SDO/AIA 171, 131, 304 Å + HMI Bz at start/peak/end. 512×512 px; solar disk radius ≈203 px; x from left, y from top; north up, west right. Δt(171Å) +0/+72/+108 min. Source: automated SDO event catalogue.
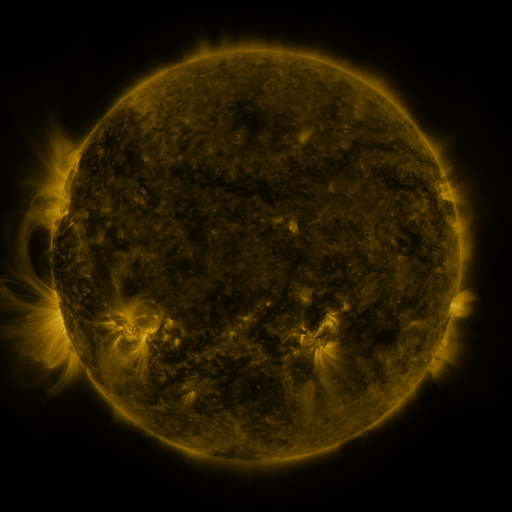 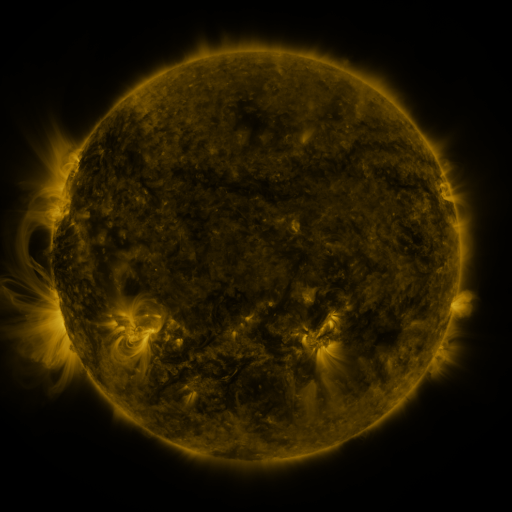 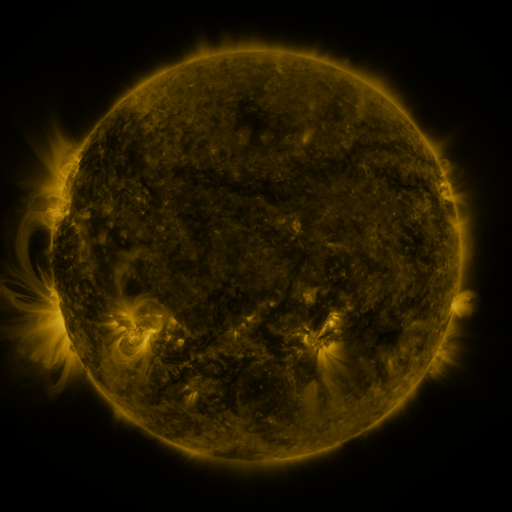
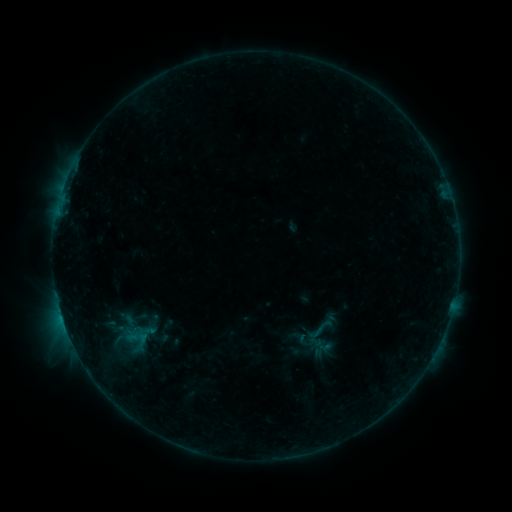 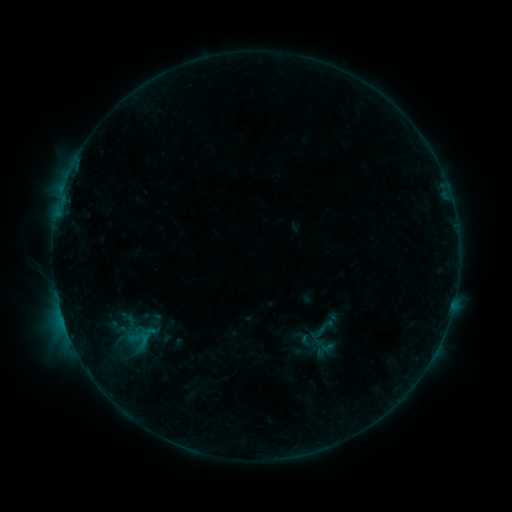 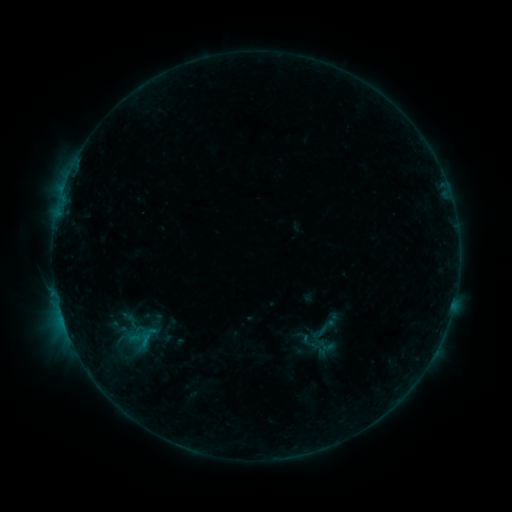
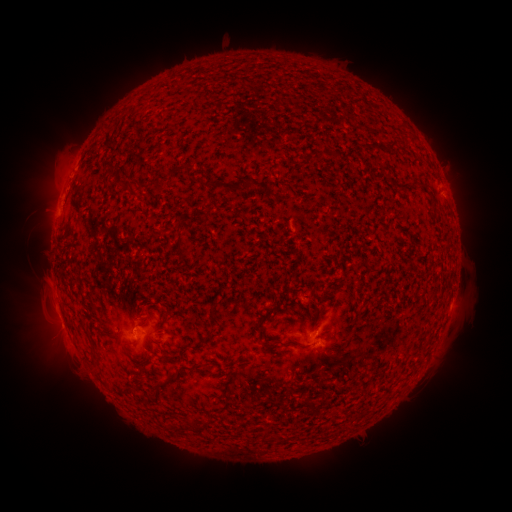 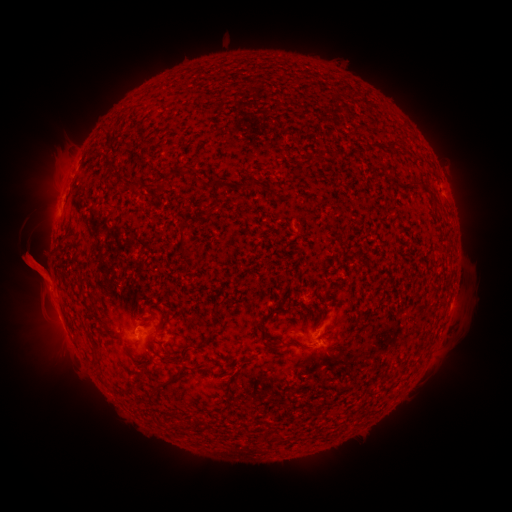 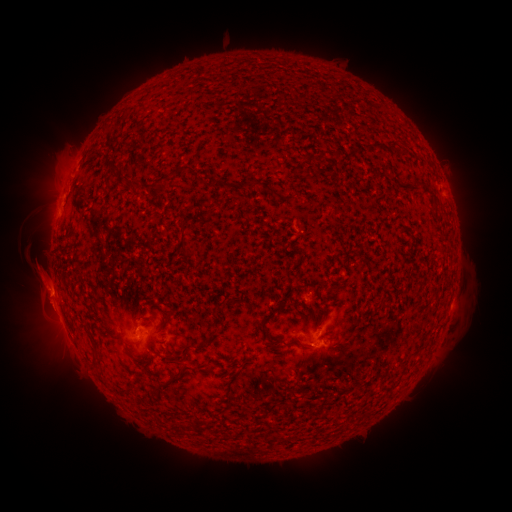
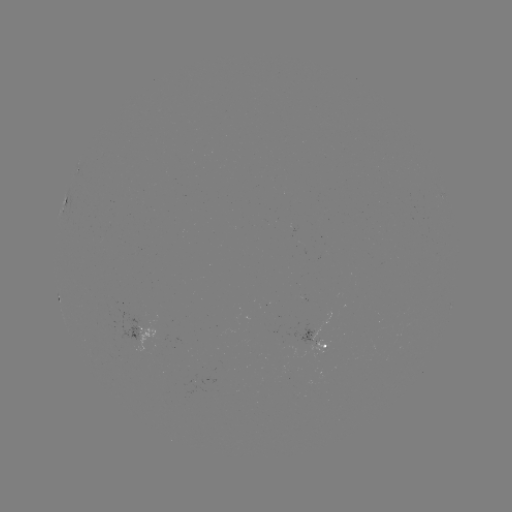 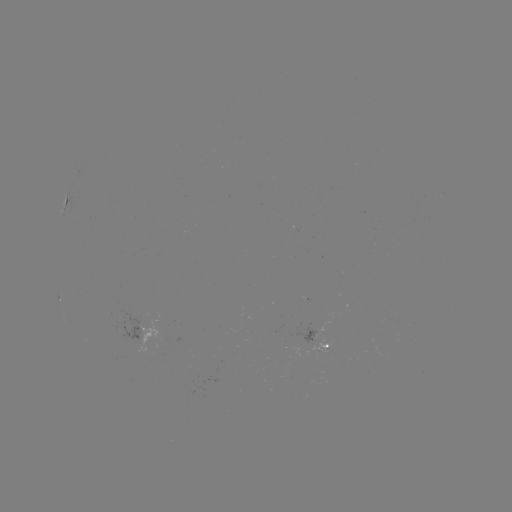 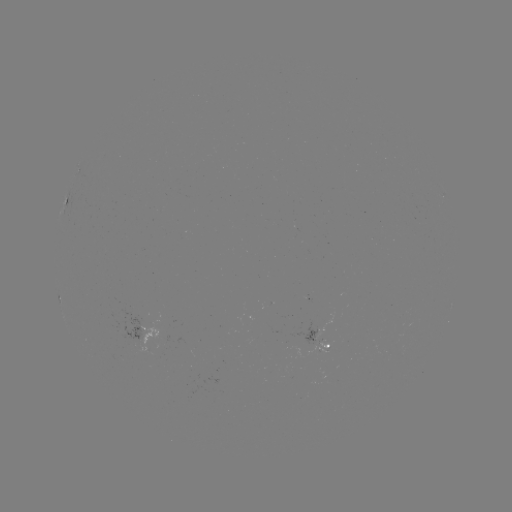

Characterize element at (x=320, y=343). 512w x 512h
emerging-flux region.